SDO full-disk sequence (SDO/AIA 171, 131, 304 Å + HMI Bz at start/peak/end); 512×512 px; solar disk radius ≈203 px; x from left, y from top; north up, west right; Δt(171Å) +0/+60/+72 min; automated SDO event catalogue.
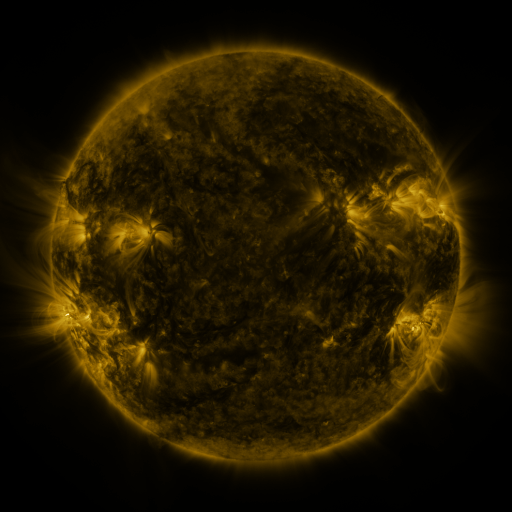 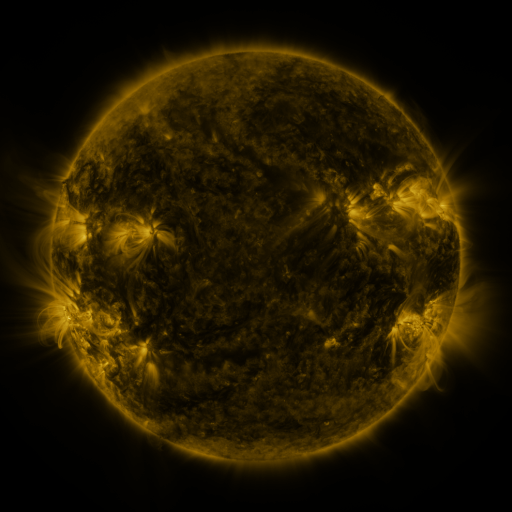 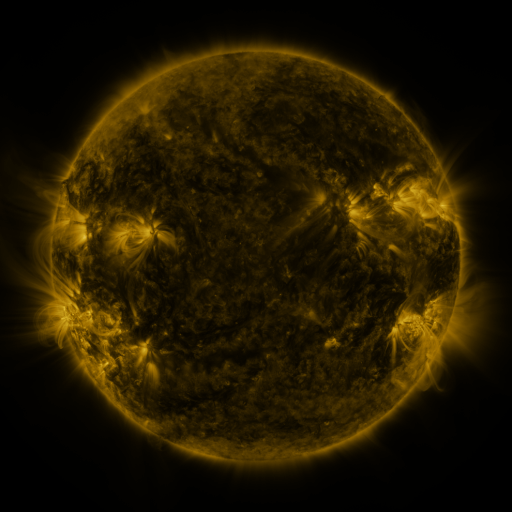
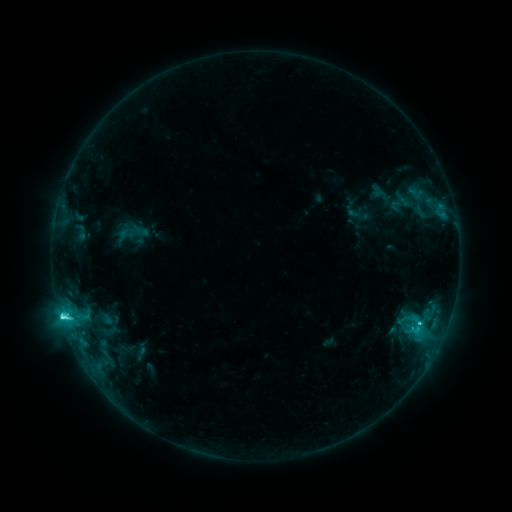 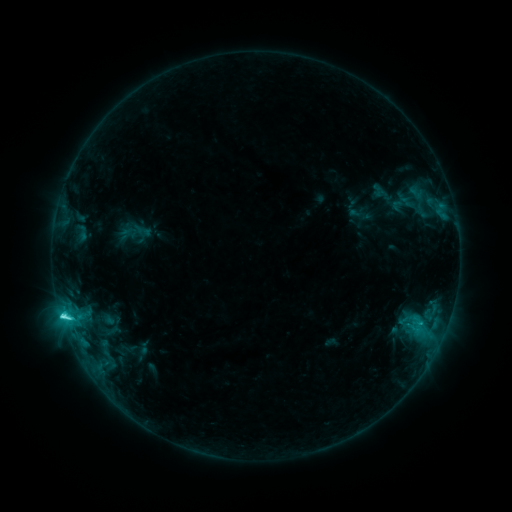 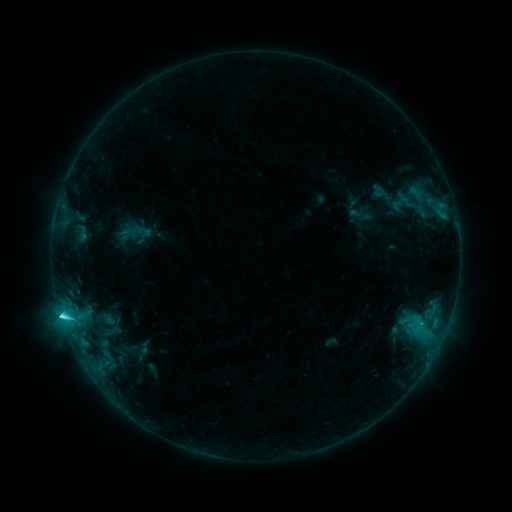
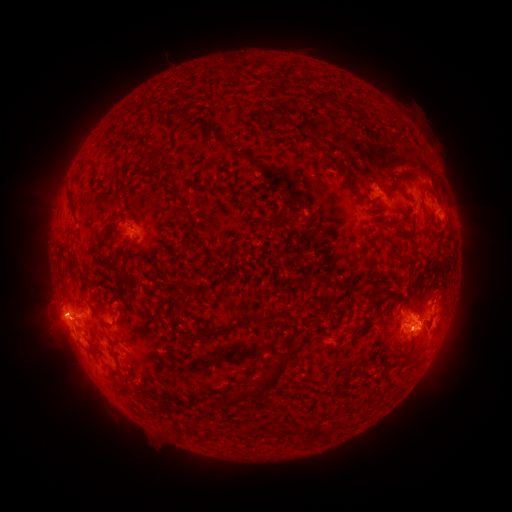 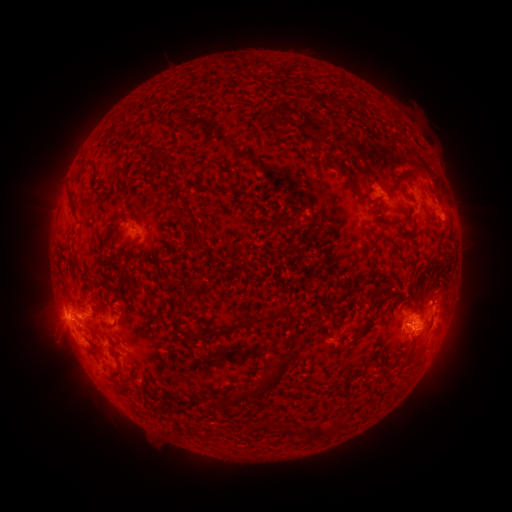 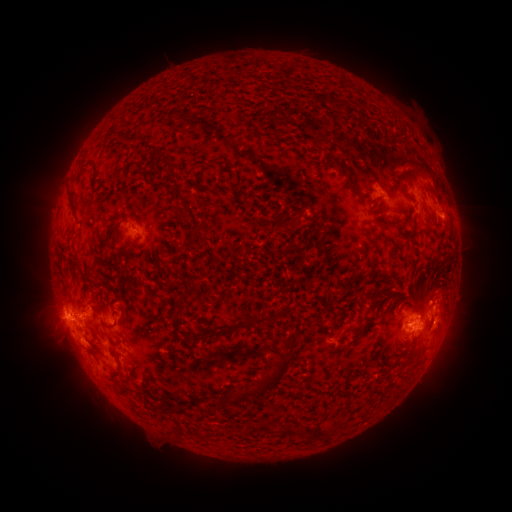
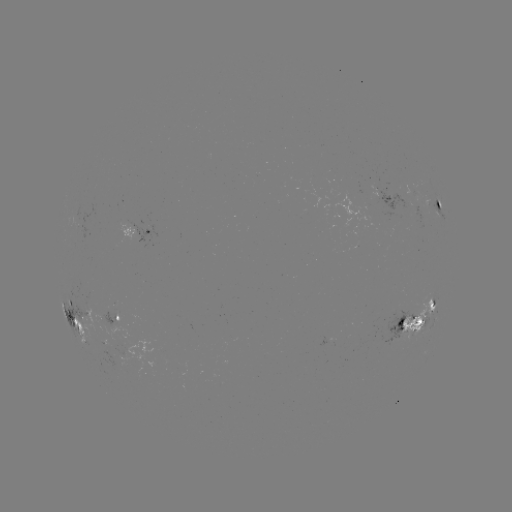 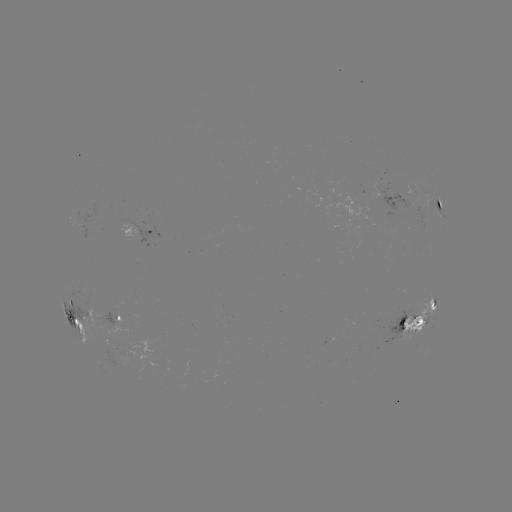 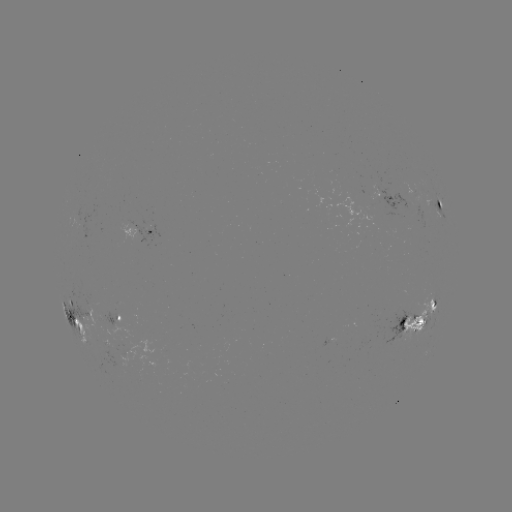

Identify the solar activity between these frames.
emerging-flux region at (140, 378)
